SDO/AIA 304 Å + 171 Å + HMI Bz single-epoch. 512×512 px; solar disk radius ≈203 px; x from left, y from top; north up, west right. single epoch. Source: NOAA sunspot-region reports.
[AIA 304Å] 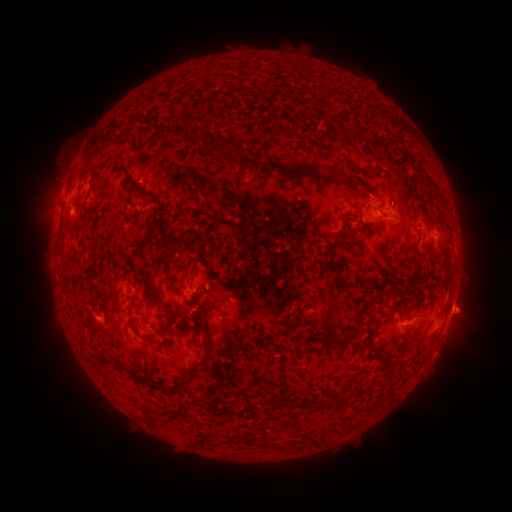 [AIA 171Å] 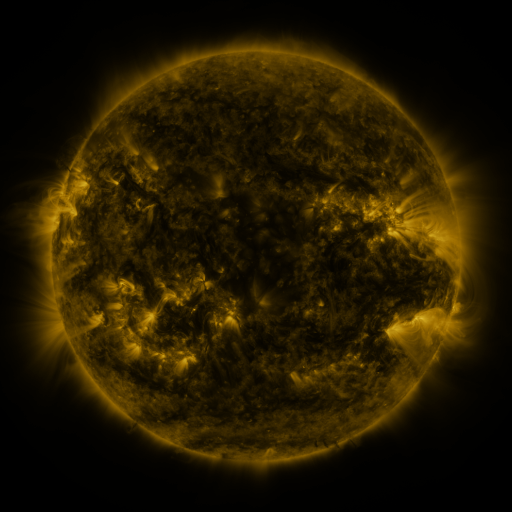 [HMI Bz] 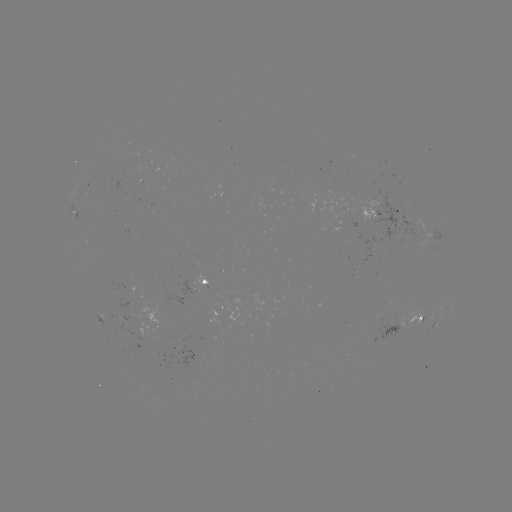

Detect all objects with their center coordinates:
spotted active region: (384, 214)
spotted active region: (77, 219)
spotted active region: (207, 281)
spotted active region: (102, 313)
spotted active region: (409, 320)
spotted active region: (149, 326)
